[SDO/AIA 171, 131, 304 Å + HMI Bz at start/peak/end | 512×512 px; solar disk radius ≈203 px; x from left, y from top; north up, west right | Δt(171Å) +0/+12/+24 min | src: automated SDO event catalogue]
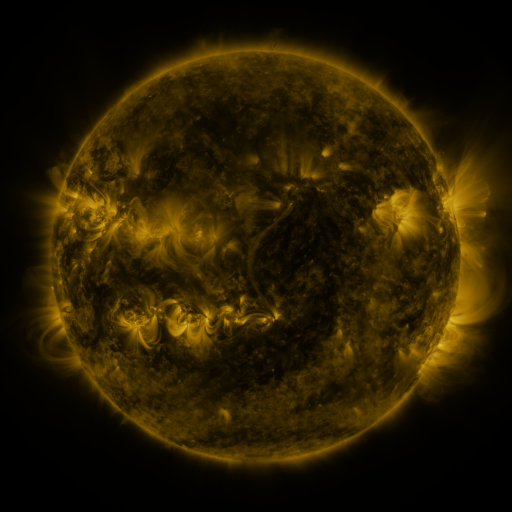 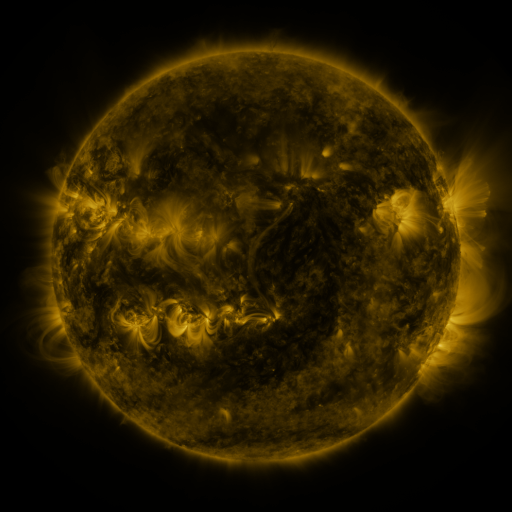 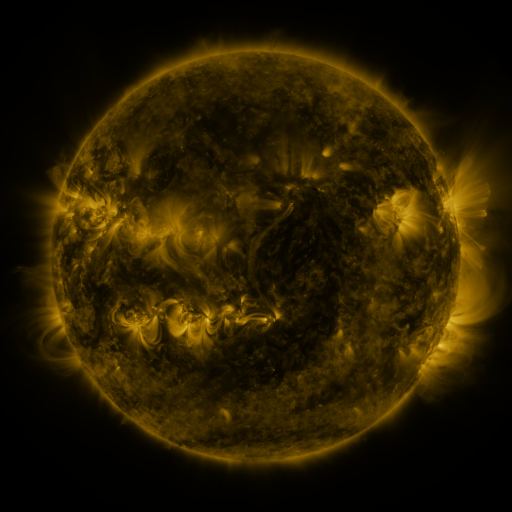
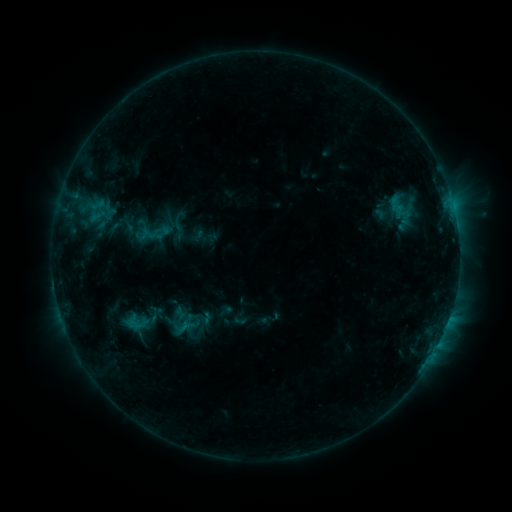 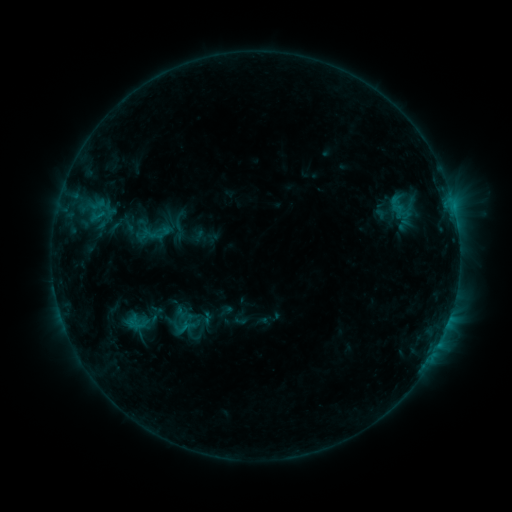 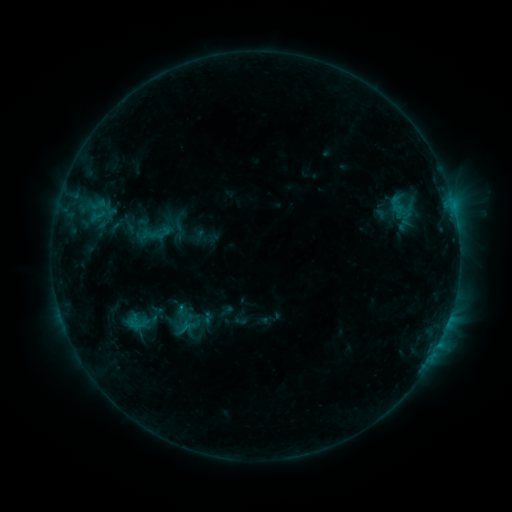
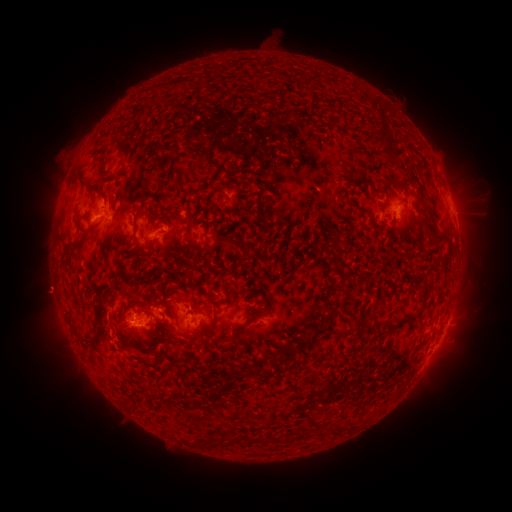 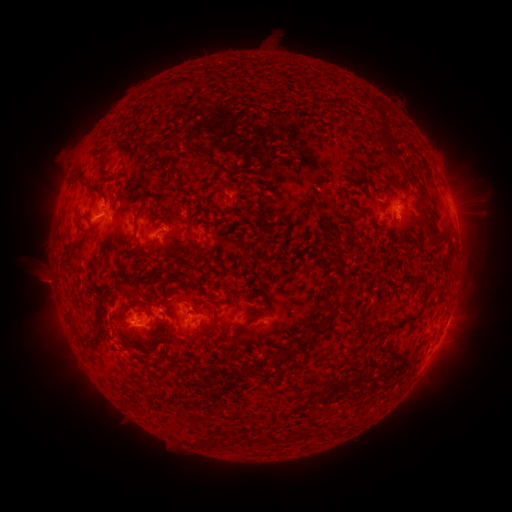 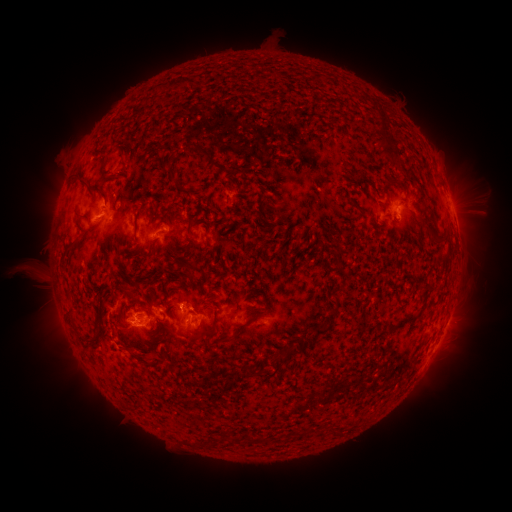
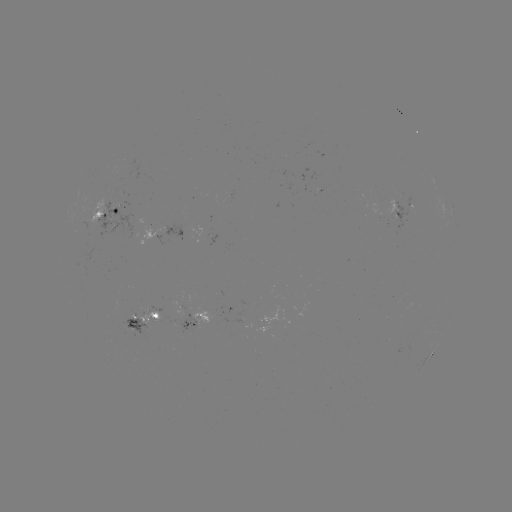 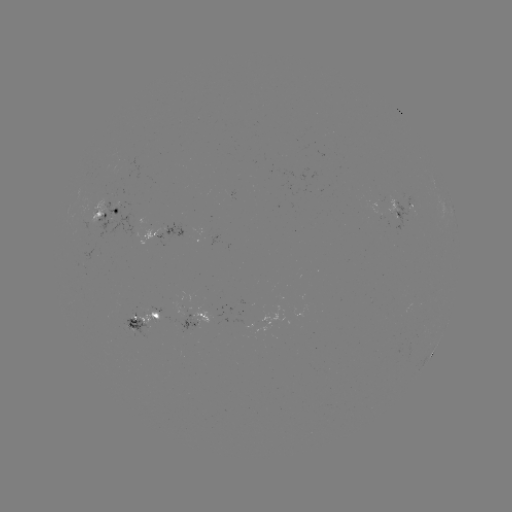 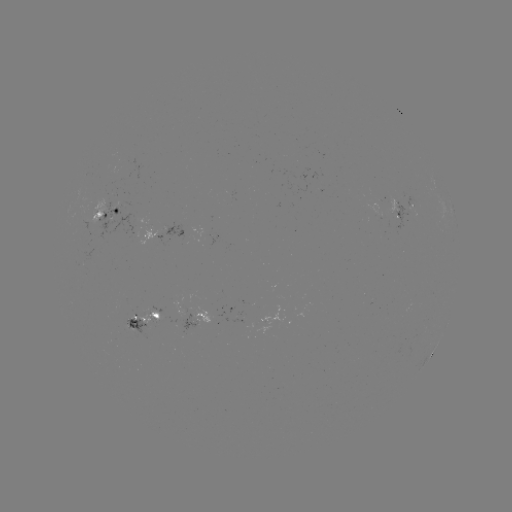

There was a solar eruption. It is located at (44, 281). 